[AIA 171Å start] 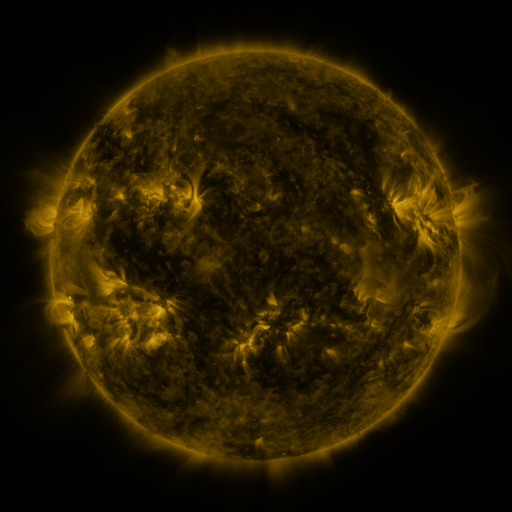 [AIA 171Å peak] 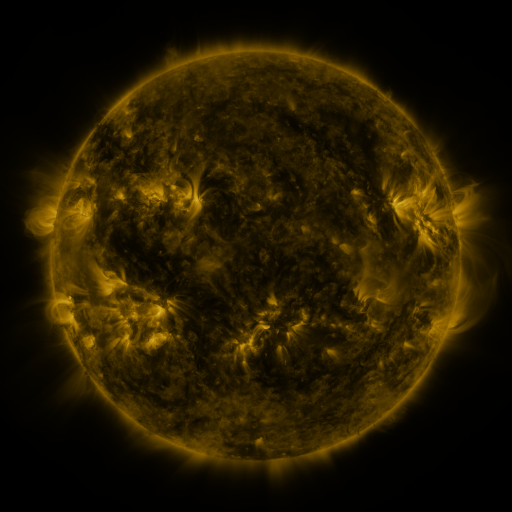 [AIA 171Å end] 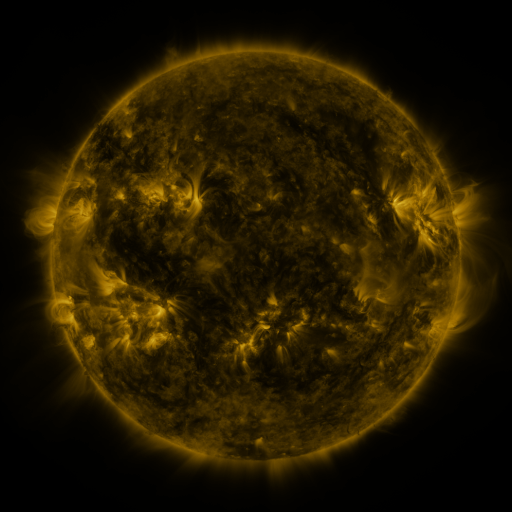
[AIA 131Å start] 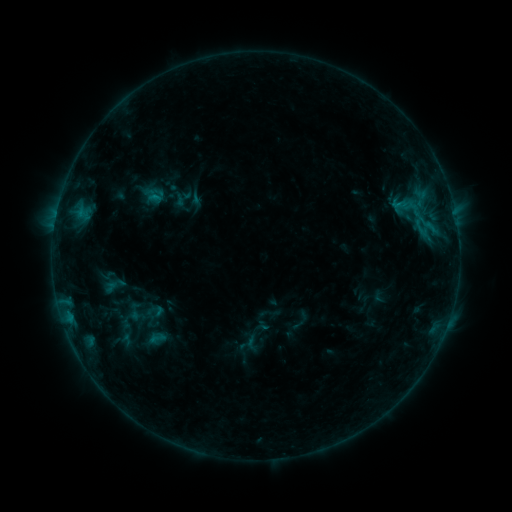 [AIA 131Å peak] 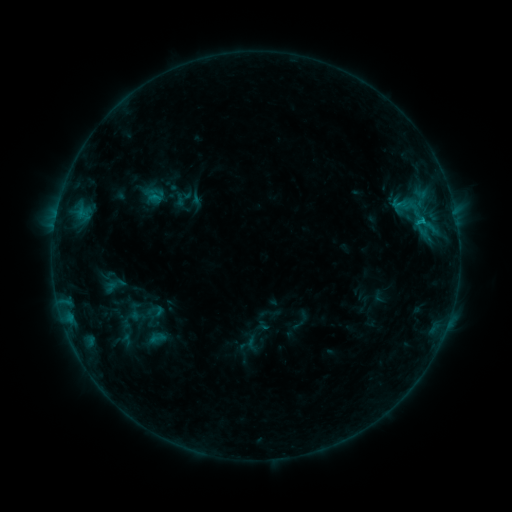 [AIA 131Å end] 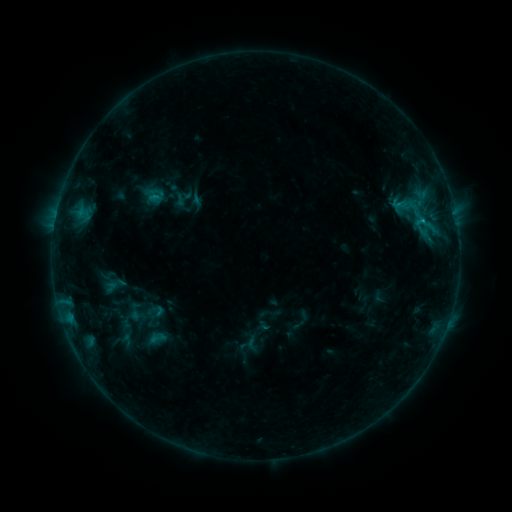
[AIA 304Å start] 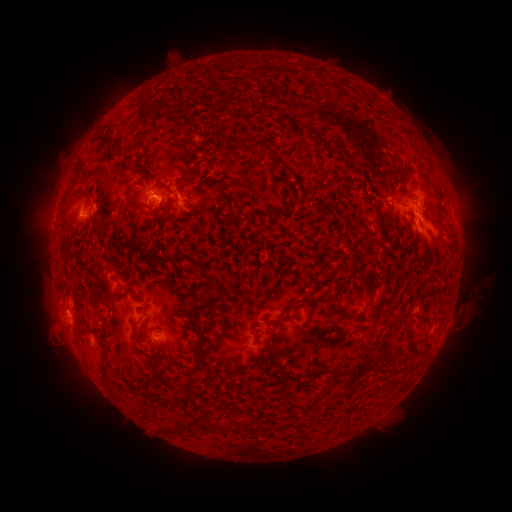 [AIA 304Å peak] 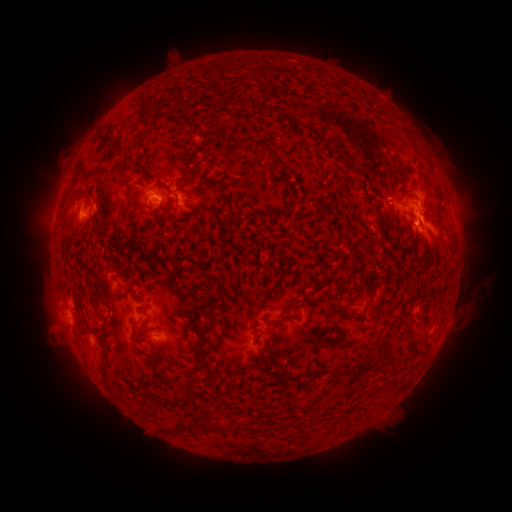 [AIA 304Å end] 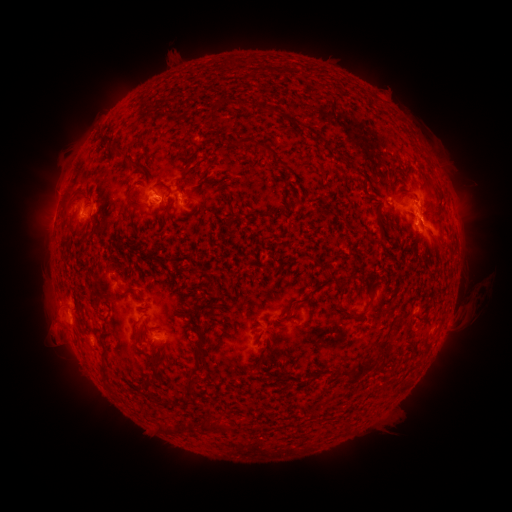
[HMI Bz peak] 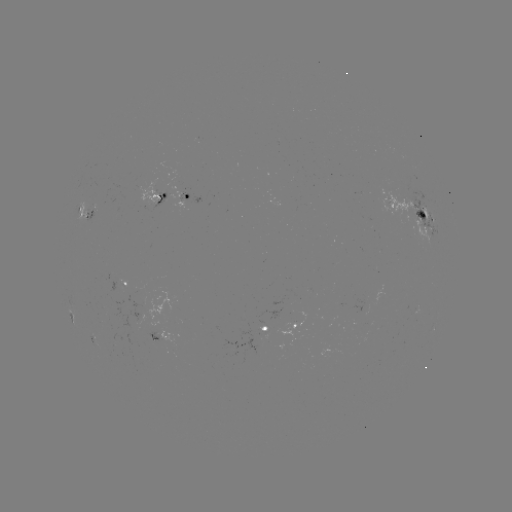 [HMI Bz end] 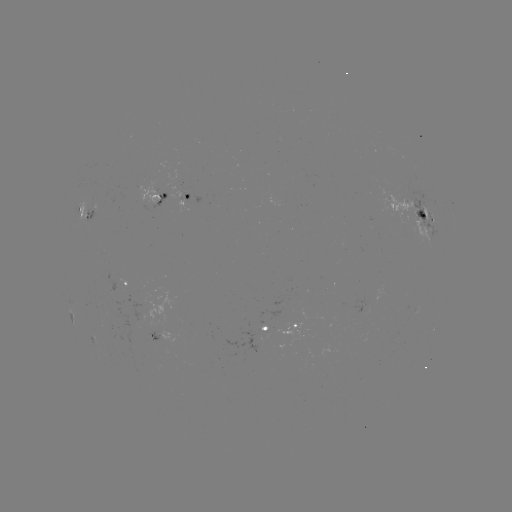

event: flare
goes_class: B8.2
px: (421, 222)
